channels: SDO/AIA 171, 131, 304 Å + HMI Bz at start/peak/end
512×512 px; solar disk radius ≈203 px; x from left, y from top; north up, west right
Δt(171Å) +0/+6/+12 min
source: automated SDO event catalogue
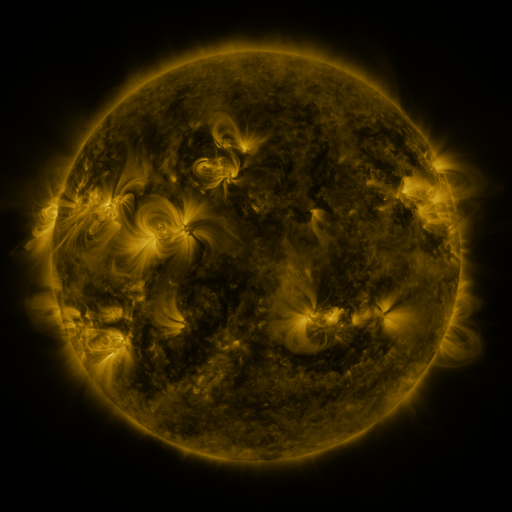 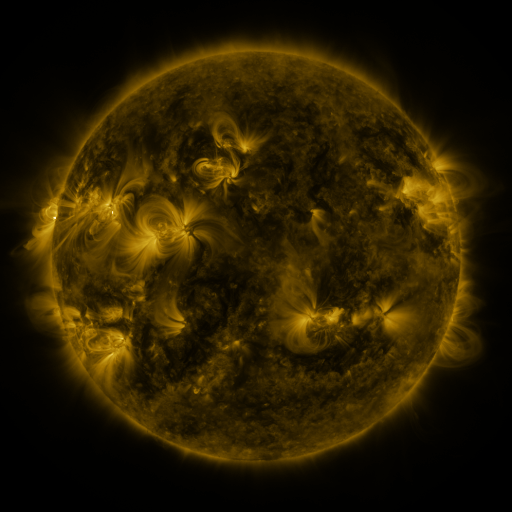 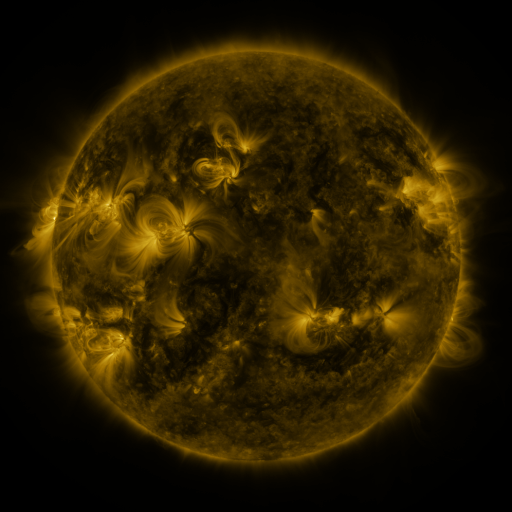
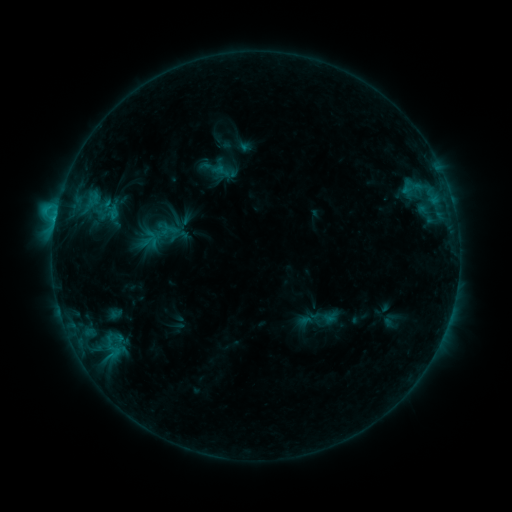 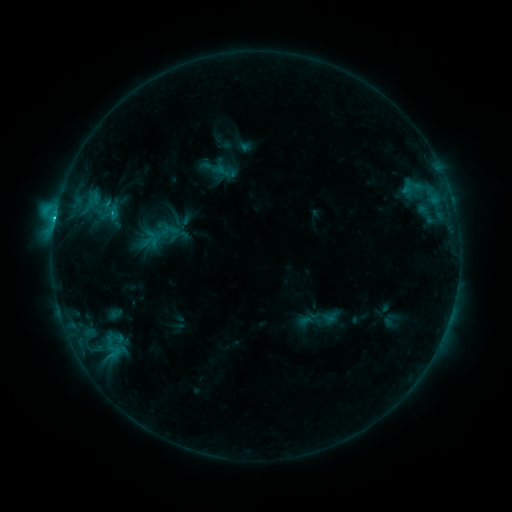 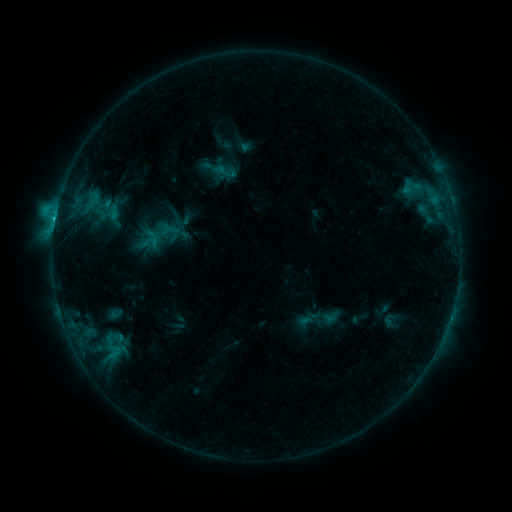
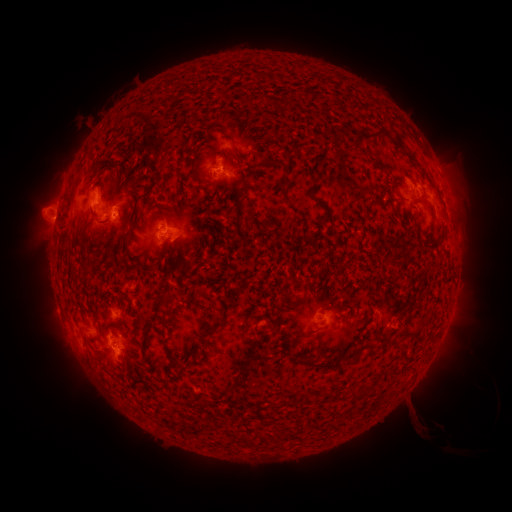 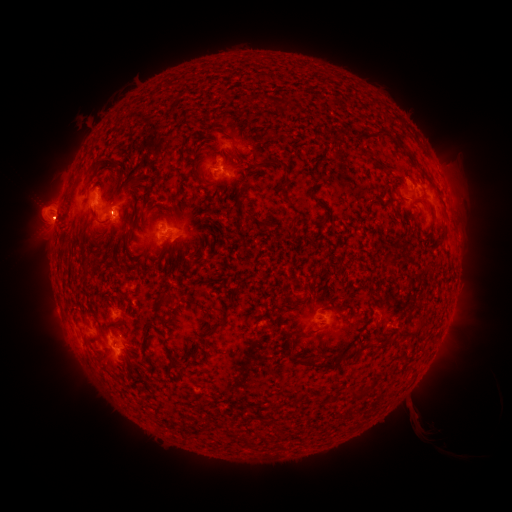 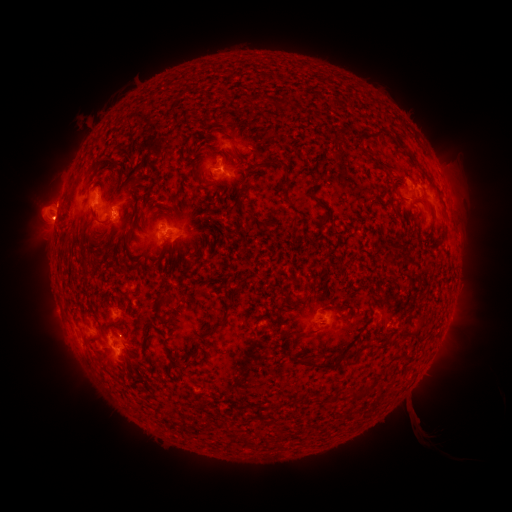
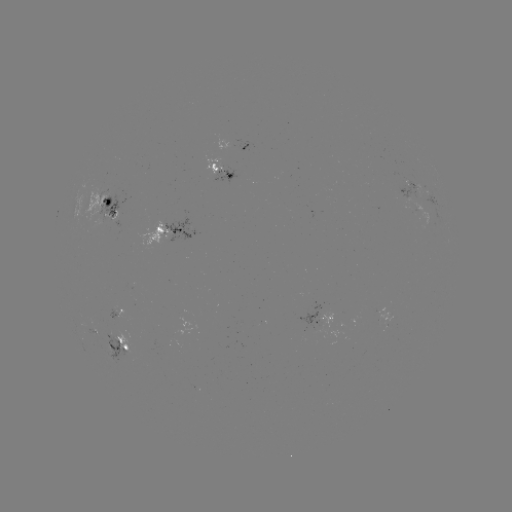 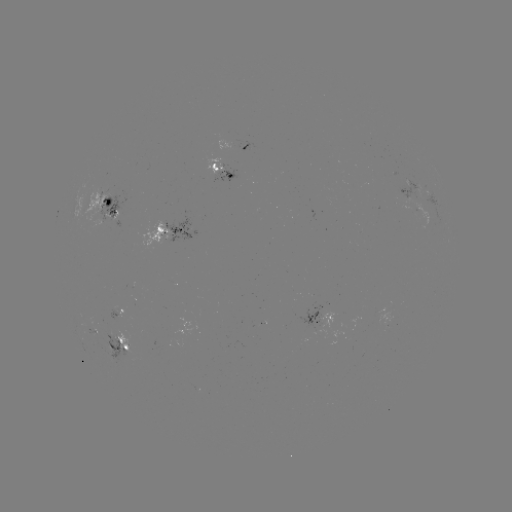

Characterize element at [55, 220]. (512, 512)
C2.4 flare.